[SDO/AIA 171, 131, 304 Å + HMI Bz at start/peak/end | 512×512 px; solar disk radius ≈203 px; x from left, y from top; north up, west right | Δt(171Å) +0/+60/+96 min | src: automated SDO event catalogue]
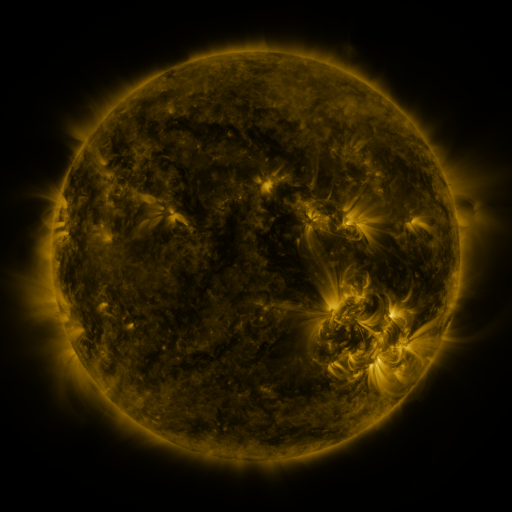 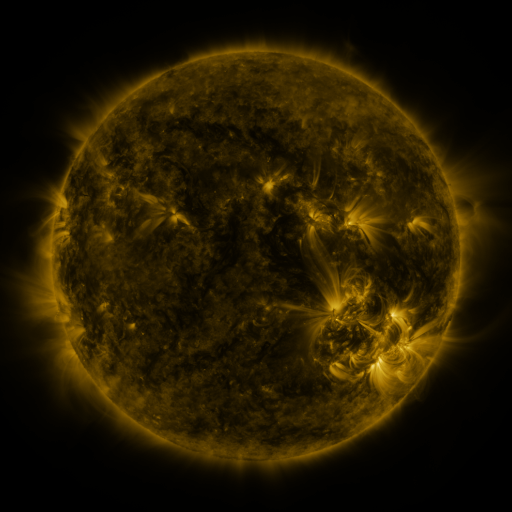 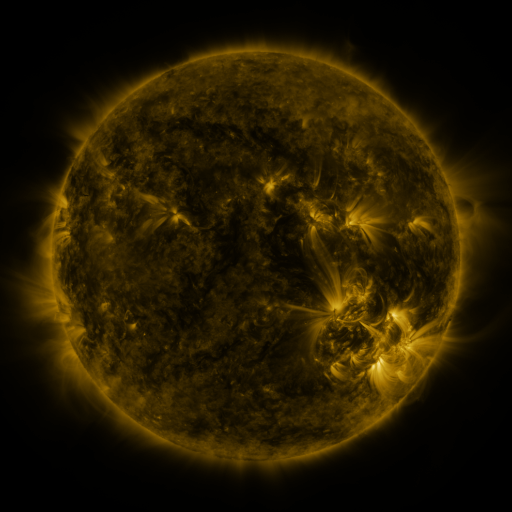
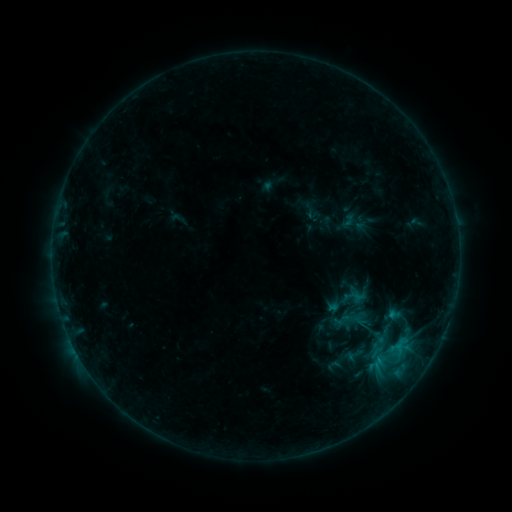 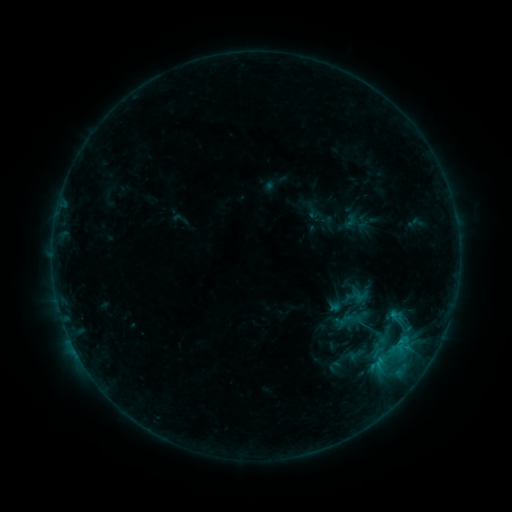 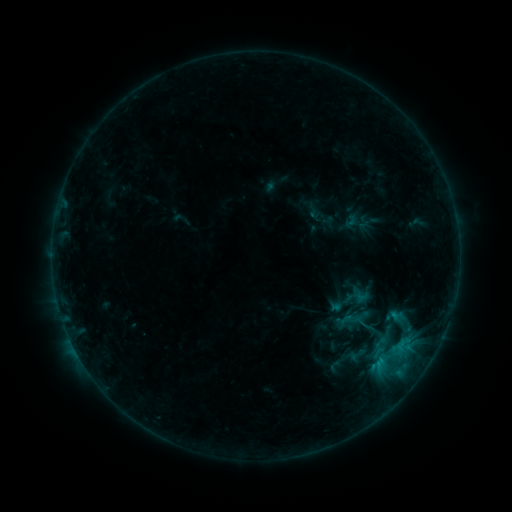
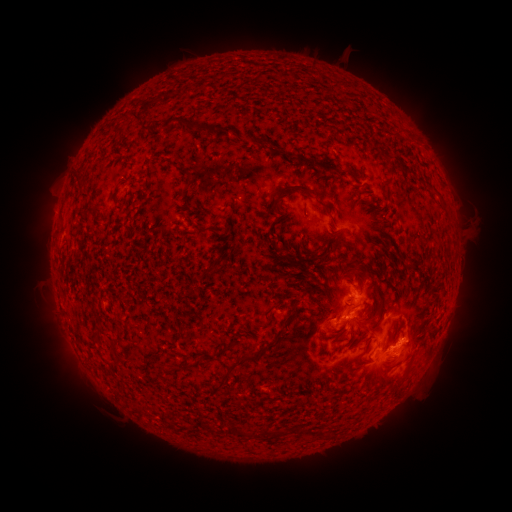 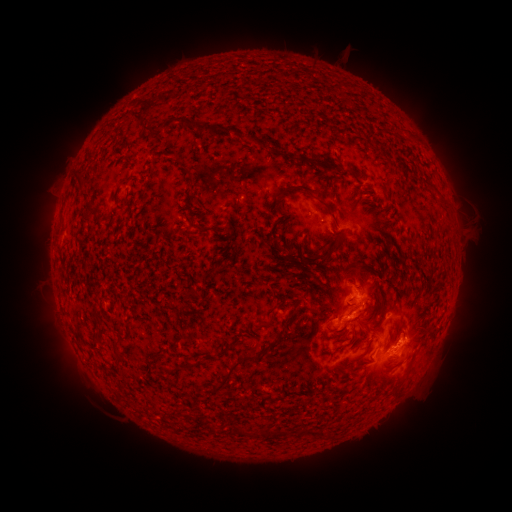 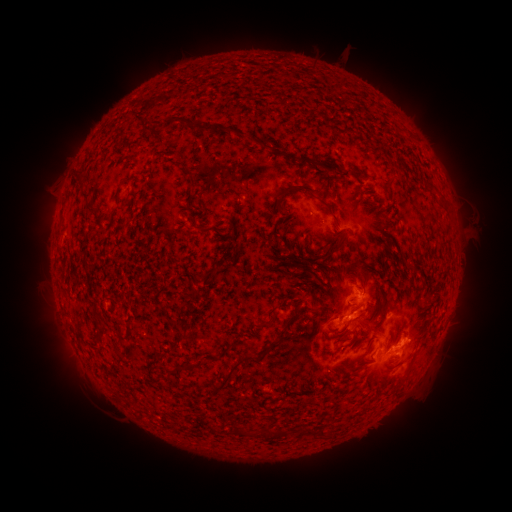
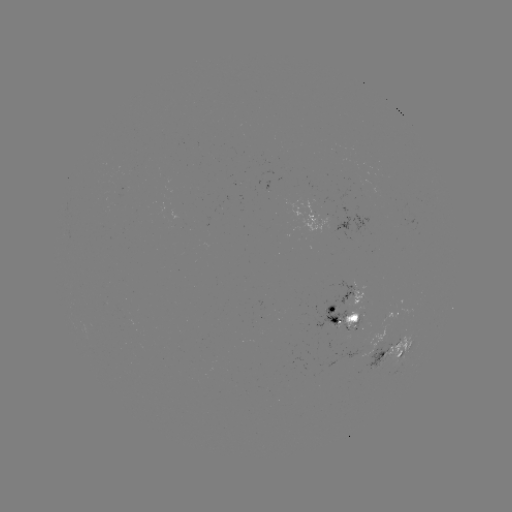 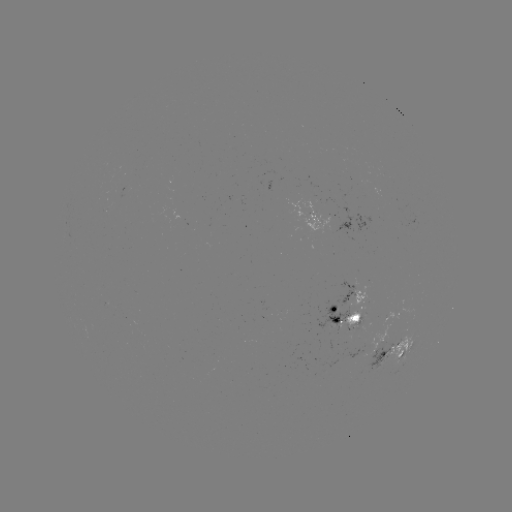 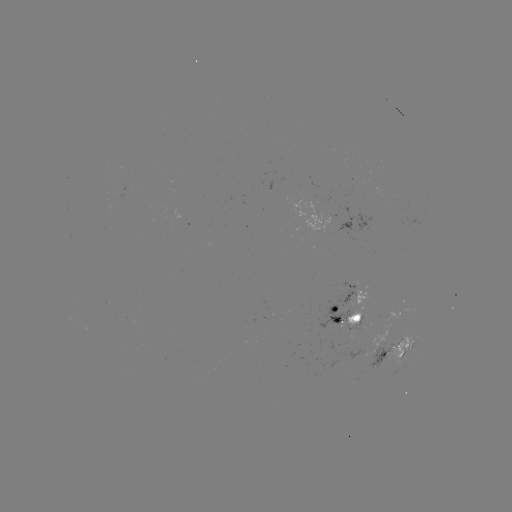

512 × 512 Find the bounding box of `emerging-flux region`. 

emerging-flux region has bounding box [300, 199, 314, 214].